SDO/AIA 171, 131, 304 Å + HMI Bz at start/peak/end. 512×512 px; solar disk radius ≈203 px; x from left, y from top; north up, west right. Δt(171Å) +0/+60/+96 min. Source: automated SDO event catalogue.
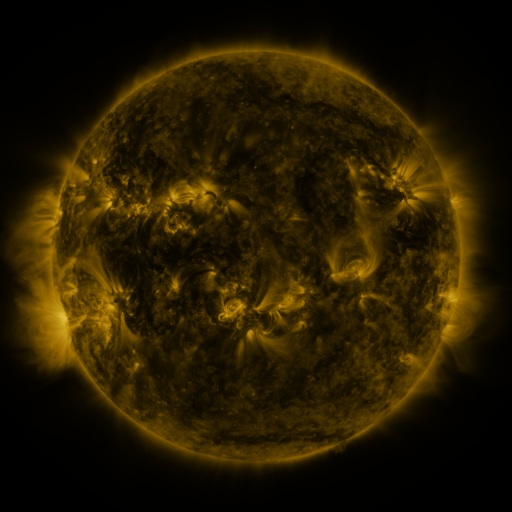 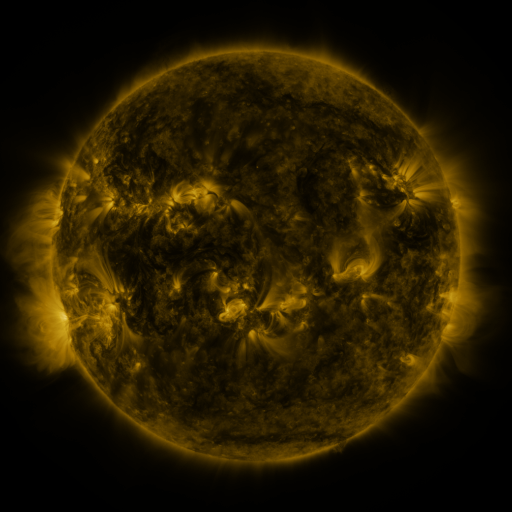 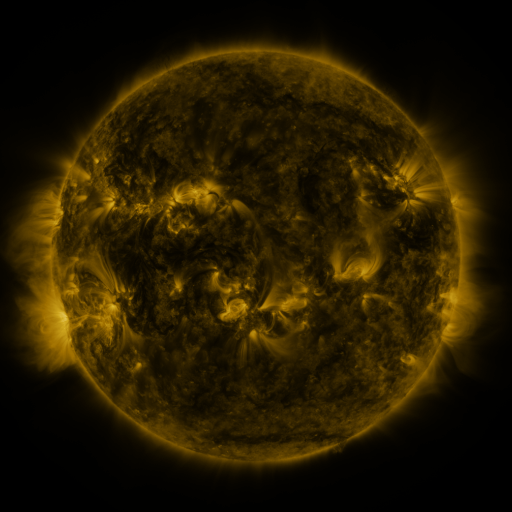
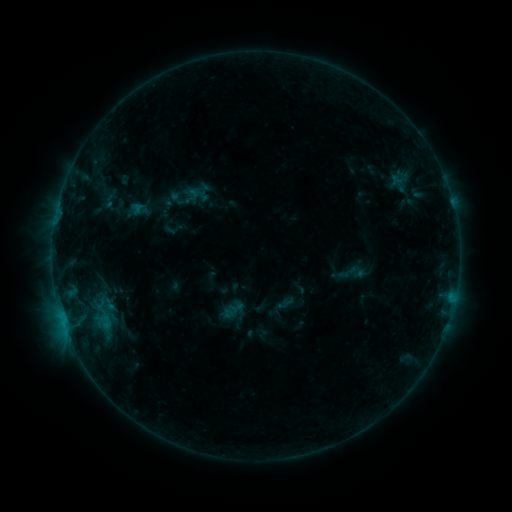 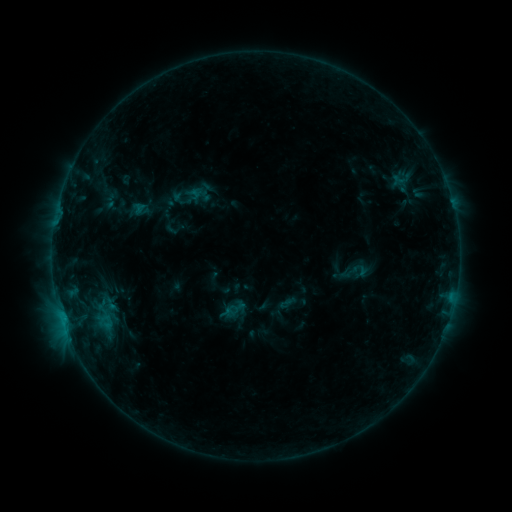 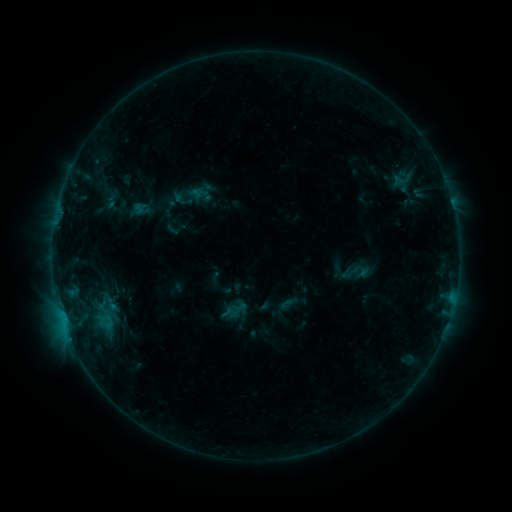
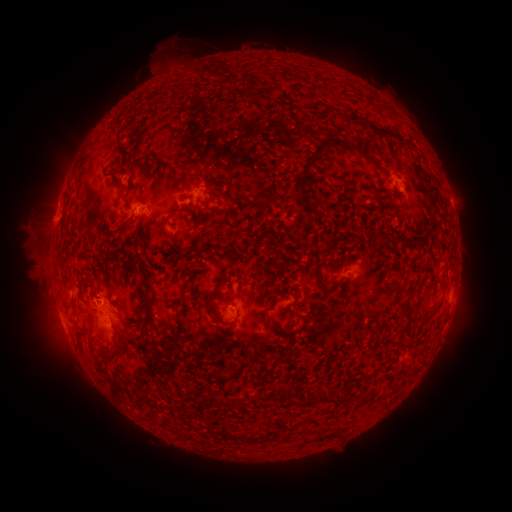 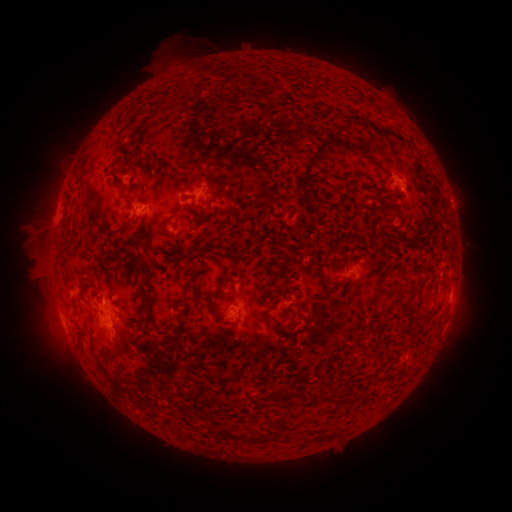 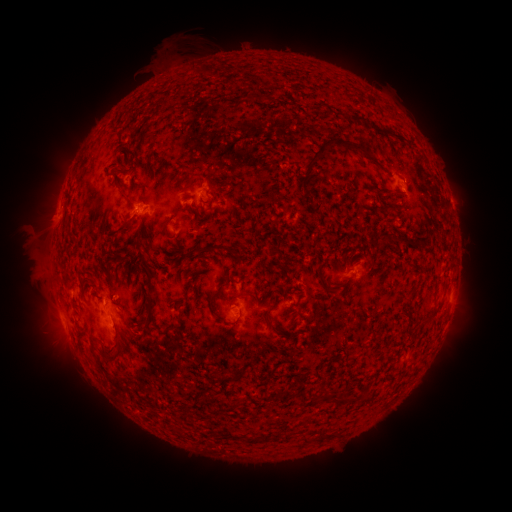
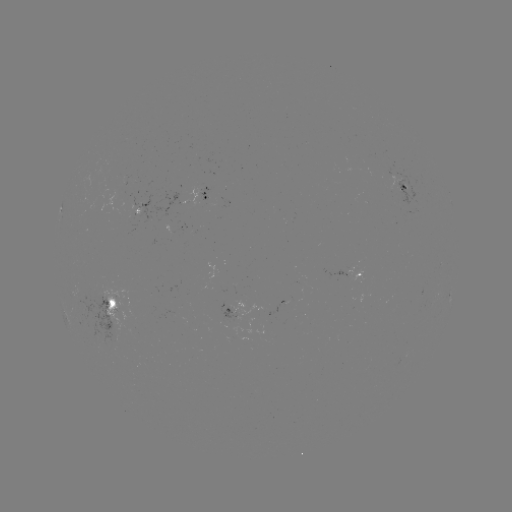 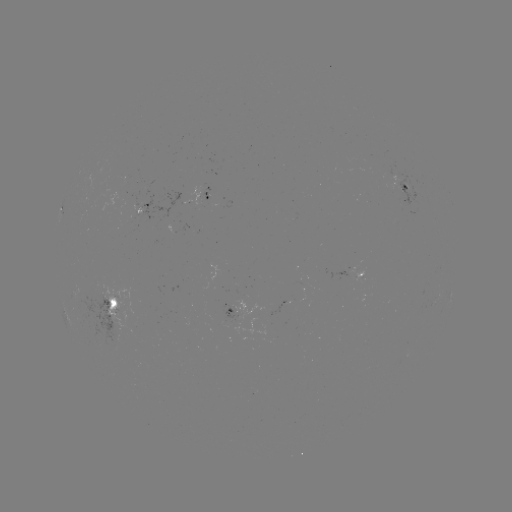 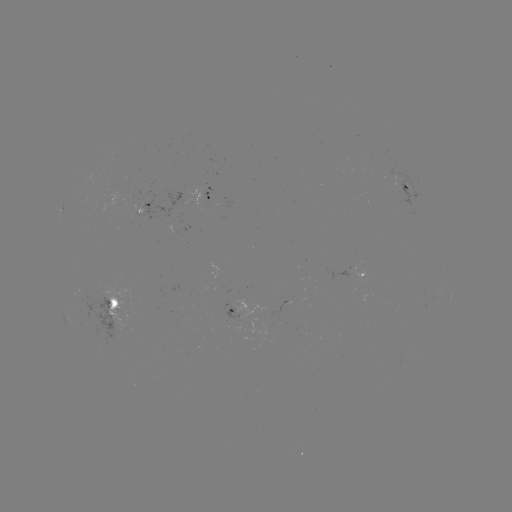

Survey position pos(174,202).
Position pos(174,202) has emerging-flux region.